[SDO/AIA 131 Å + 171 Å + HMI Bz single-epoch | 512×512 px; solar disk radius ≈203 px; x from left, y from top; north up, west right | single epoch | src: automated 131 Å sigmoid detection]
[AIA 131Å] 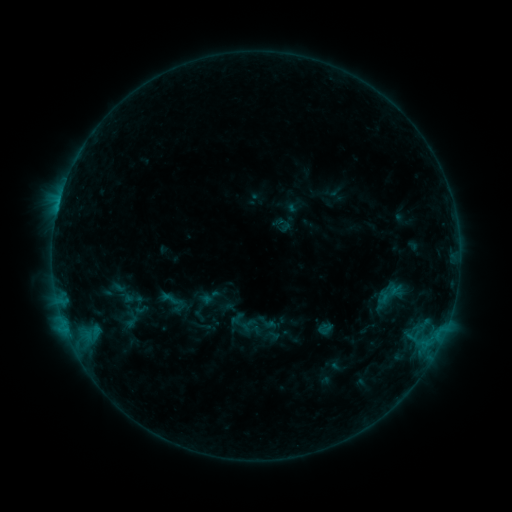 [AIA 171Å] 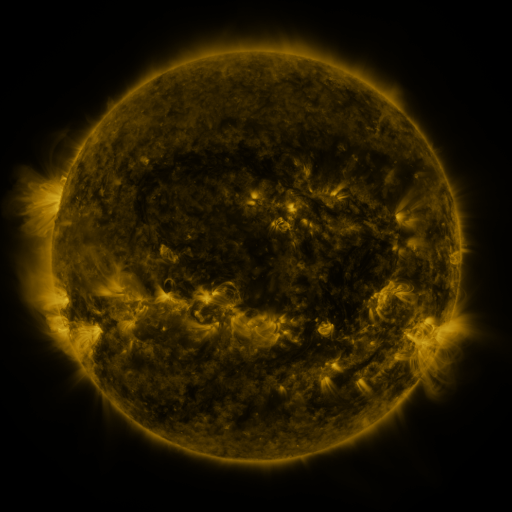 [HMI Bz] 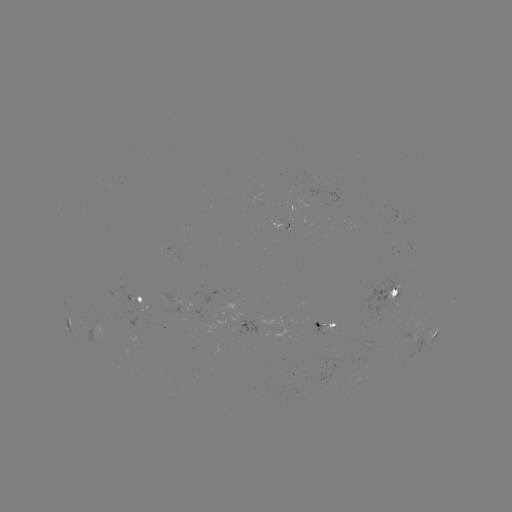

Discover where sigmoid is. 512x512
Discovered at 210,297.